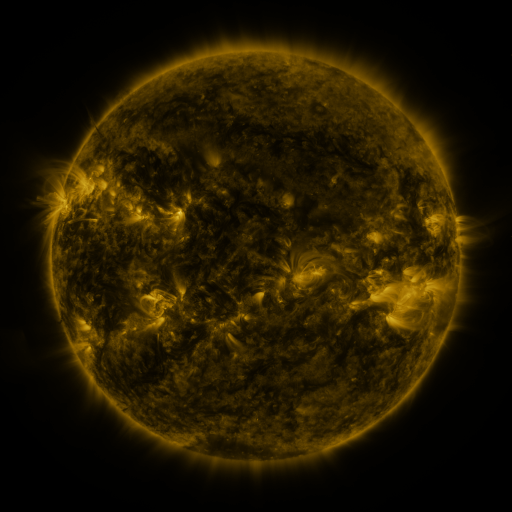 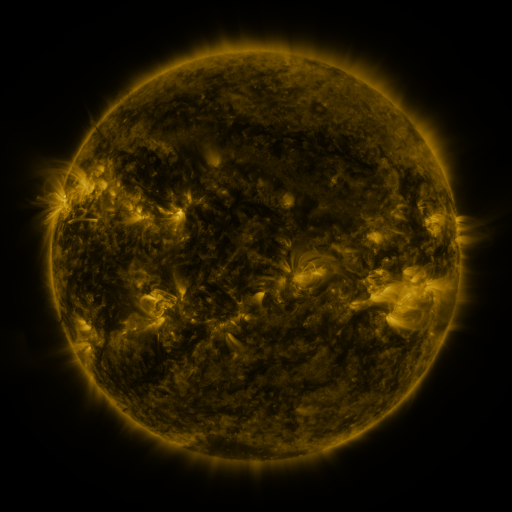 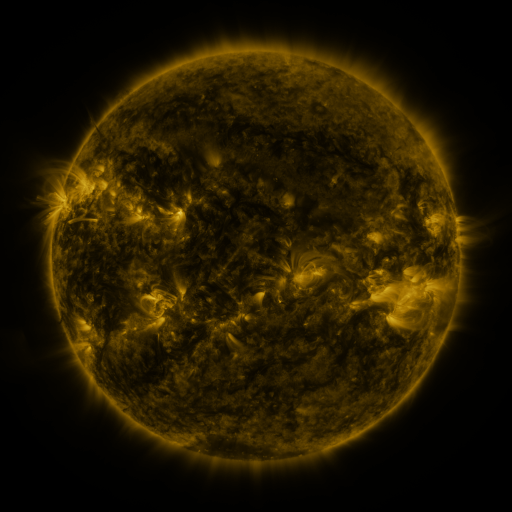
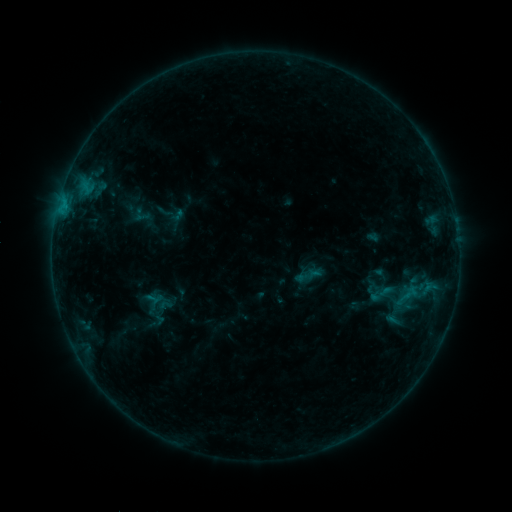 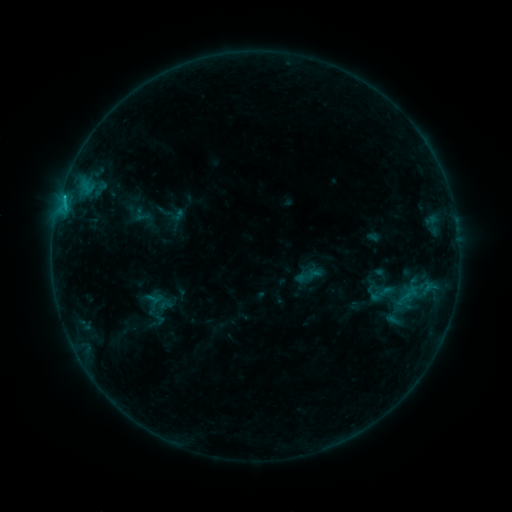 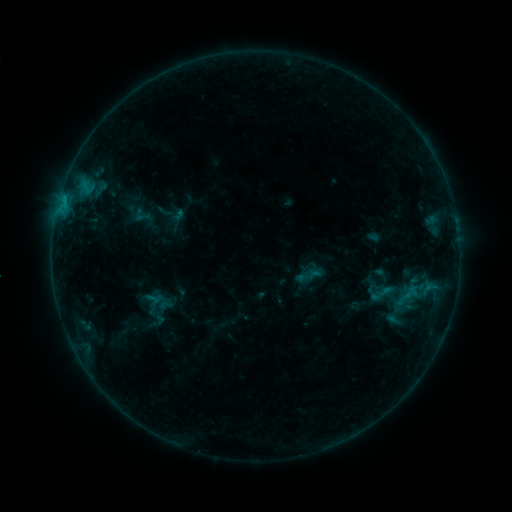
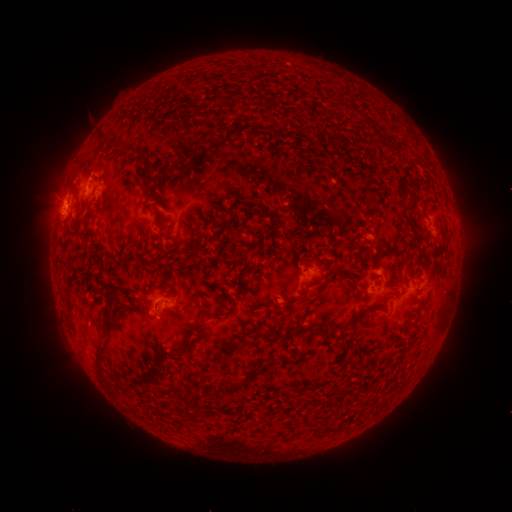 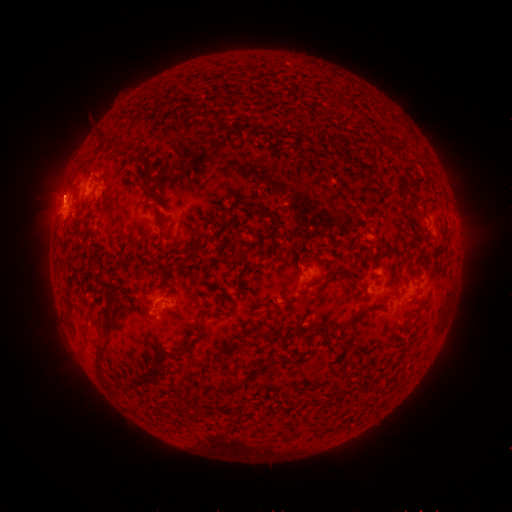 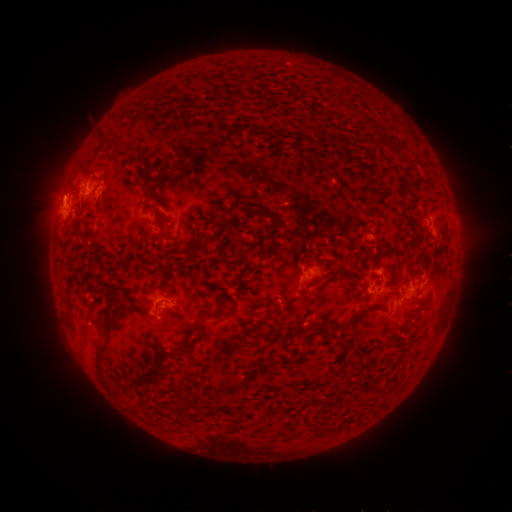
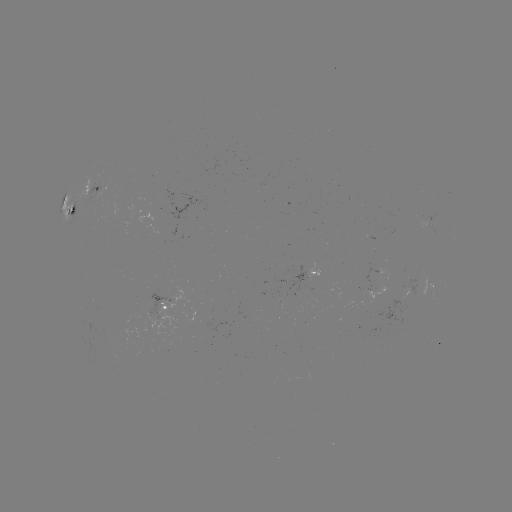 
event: flare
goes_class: B7.6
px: (64, 199)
